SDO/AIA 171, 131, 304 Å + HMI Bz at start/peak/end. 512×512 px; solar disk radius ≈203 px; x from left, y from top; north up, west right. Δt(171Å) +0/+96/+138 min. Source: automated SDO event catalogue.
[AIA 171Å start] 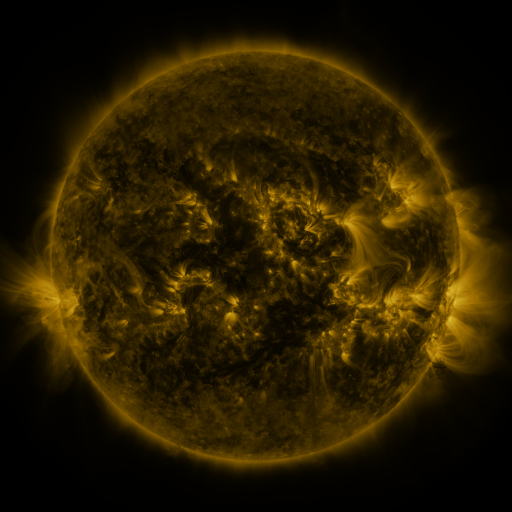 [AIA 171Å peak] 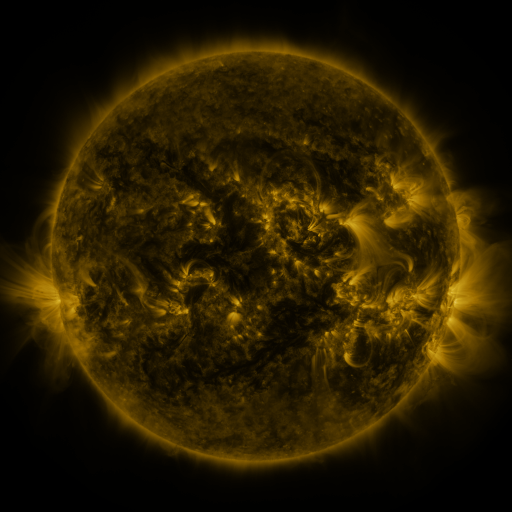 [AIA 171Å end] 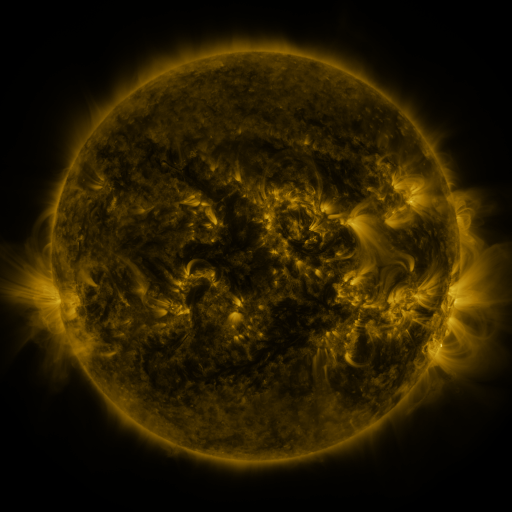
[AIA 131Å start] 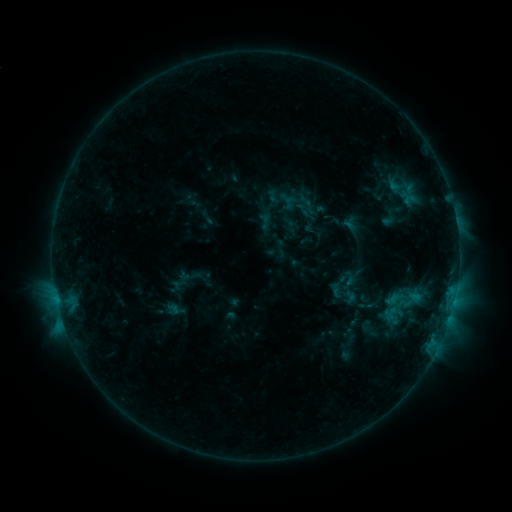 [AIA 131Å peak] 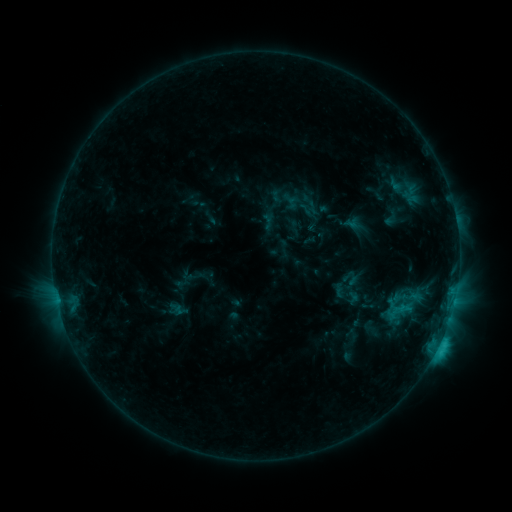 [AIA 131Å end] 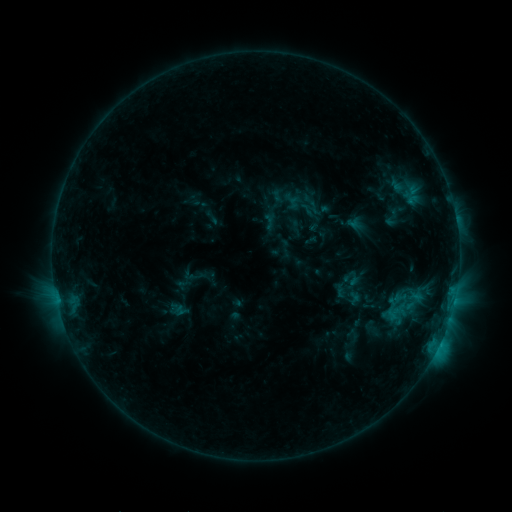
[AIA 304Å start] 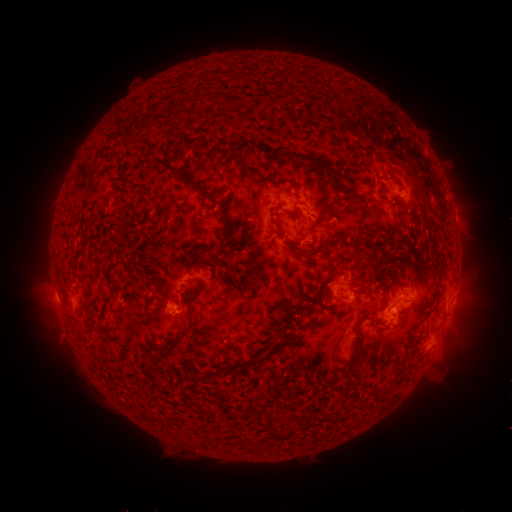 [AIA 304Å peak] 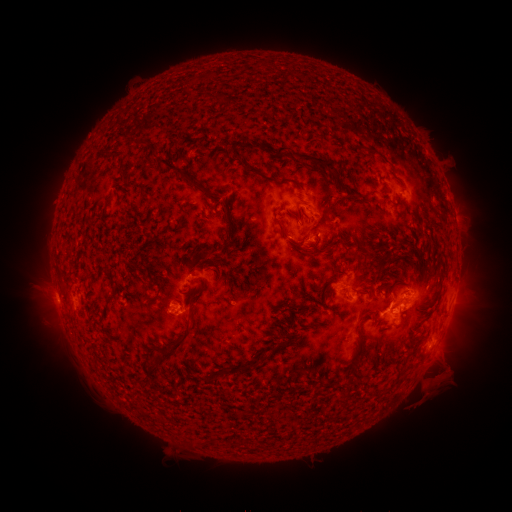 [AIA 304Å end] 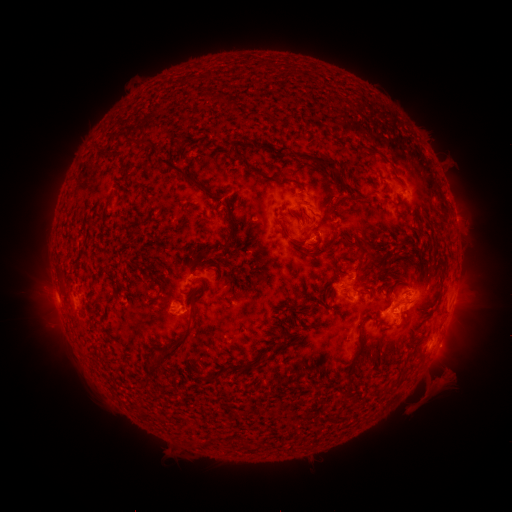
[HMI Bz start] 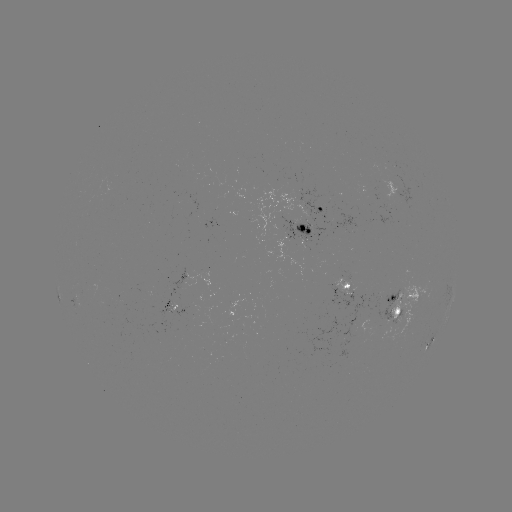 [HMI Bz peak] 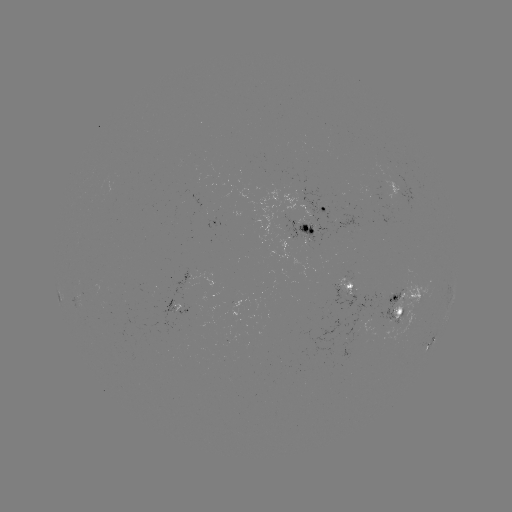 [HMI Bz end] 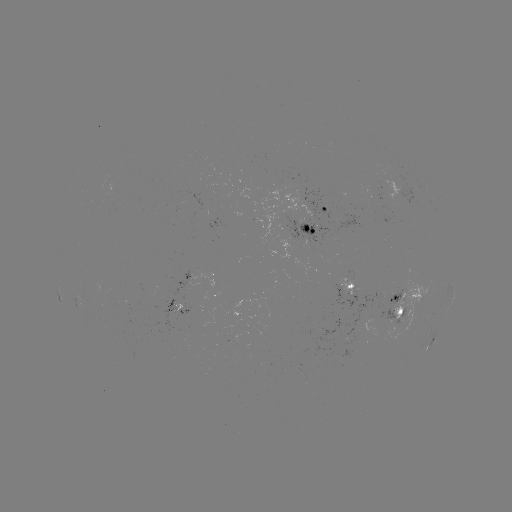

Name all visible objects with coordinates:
emerging-flux region: (177, 312)
